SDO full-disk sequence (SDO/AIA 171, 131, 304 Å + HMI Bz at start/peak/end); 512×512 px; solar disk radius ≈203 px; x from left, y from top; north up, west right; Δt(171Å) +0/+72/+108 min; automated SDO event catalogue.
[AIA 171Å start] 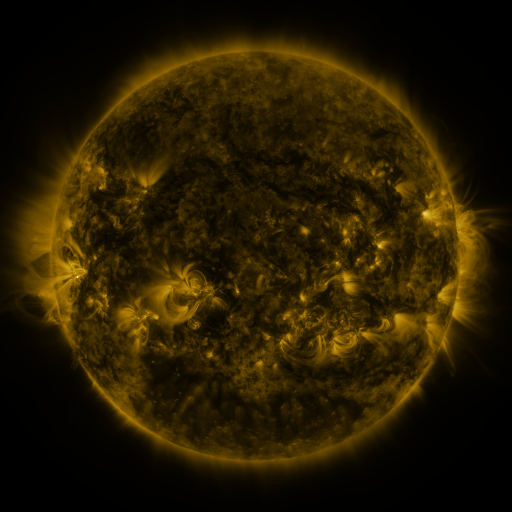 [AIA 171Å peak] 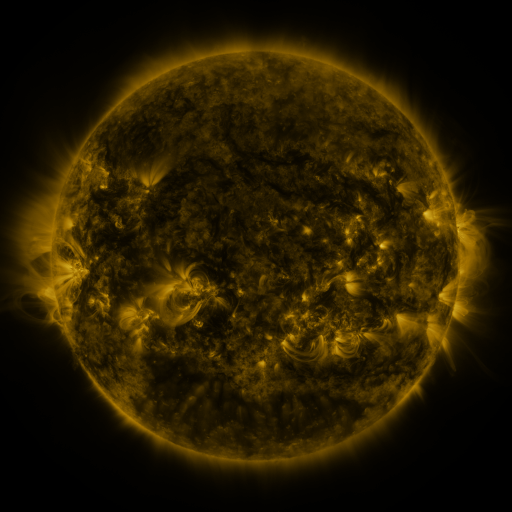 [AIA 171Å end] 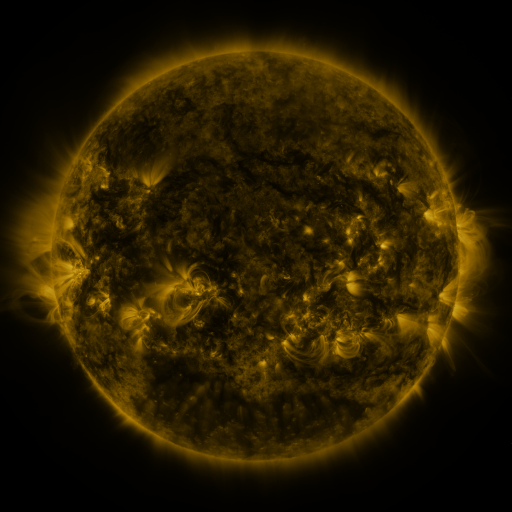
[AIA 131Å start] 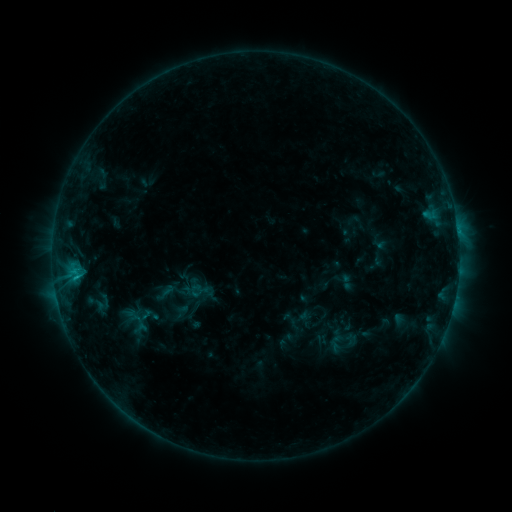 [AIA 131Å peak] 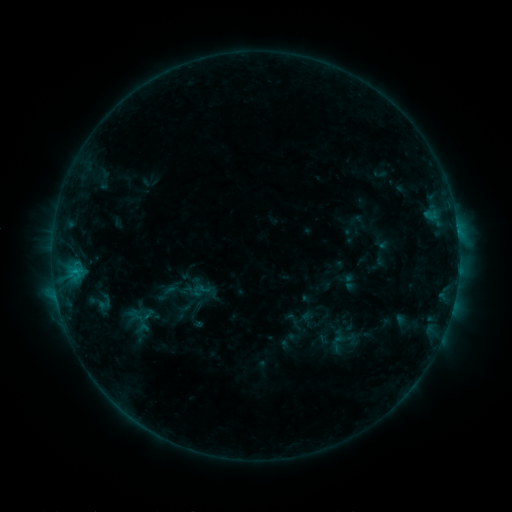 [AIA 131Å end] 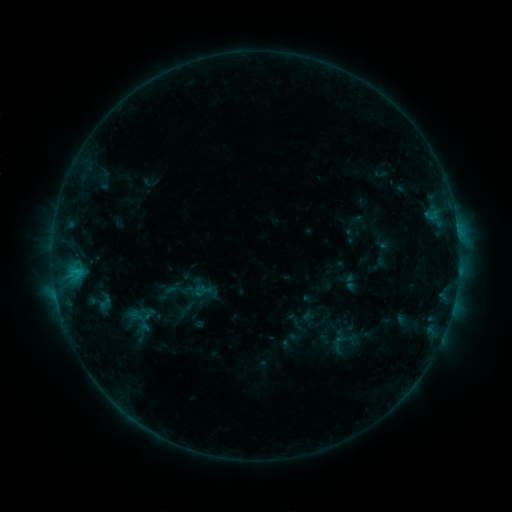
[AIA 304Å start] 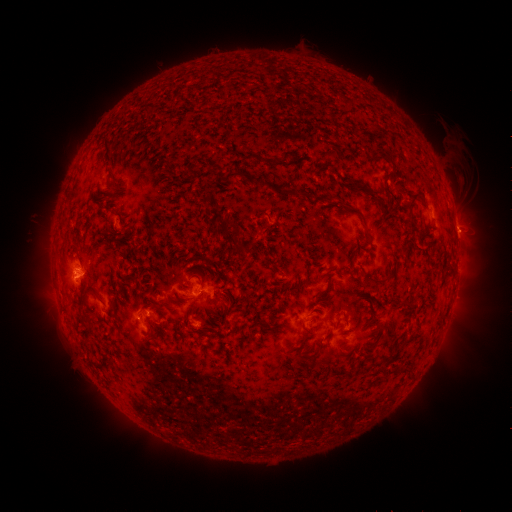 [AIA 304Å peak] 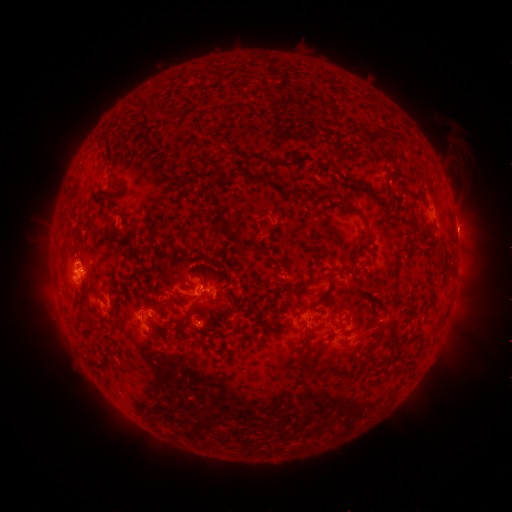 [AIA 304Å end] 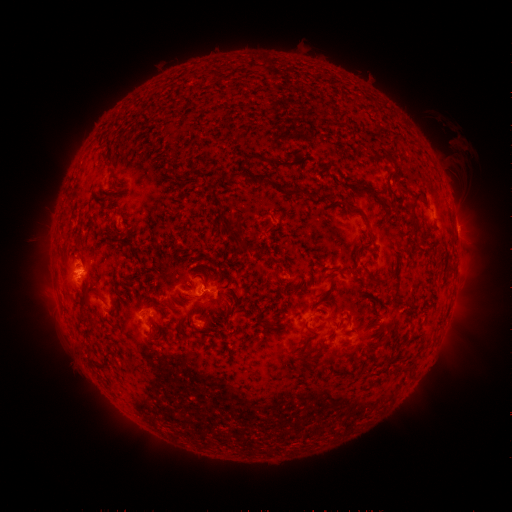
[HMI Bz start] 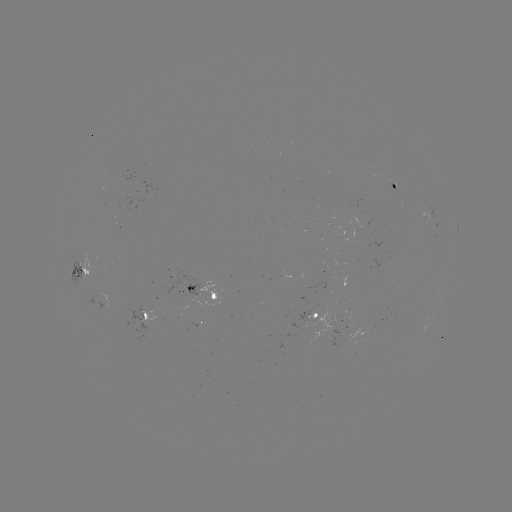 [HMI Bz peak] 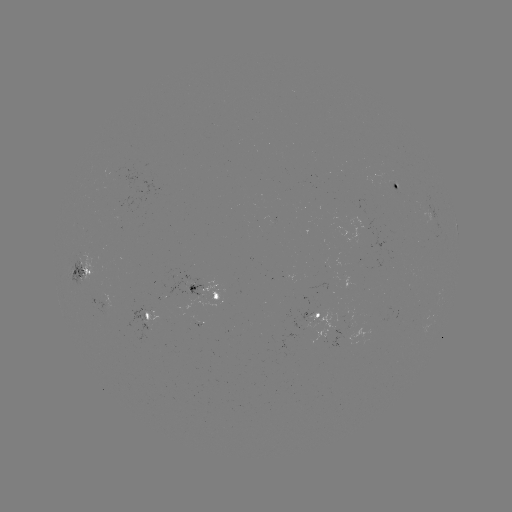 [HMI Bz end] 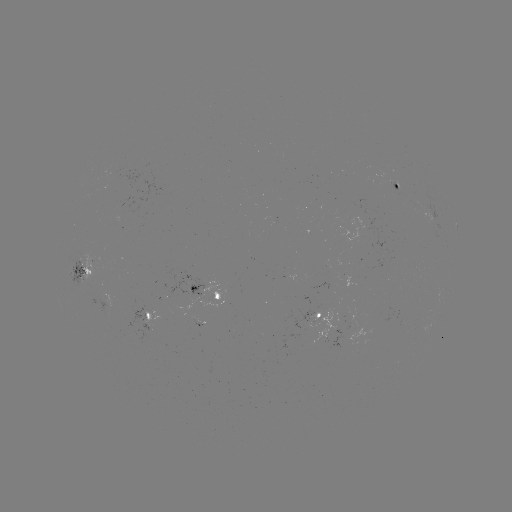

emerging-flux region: <bbox>116, 197, 136, 222</bbox>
